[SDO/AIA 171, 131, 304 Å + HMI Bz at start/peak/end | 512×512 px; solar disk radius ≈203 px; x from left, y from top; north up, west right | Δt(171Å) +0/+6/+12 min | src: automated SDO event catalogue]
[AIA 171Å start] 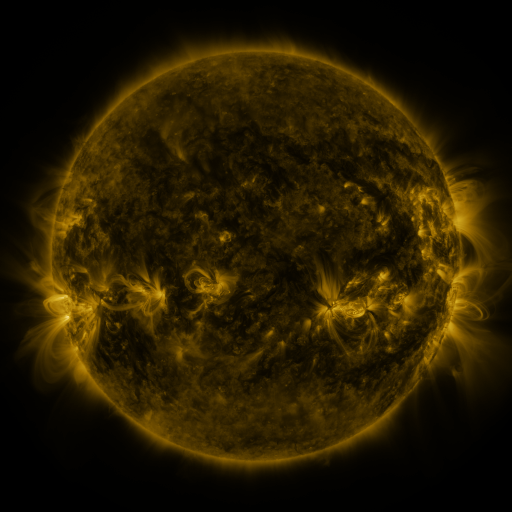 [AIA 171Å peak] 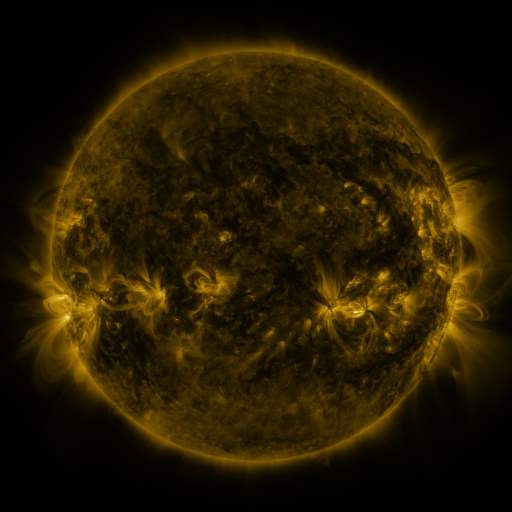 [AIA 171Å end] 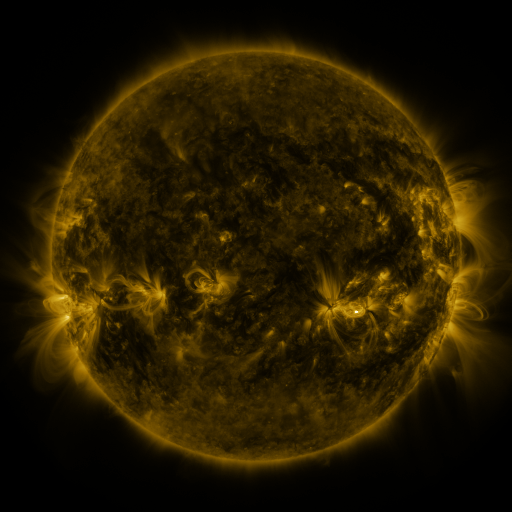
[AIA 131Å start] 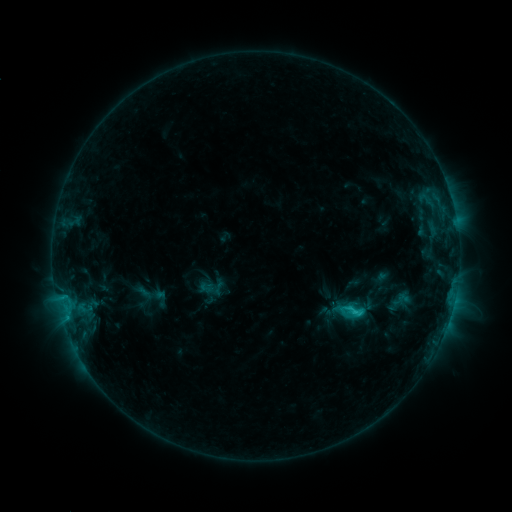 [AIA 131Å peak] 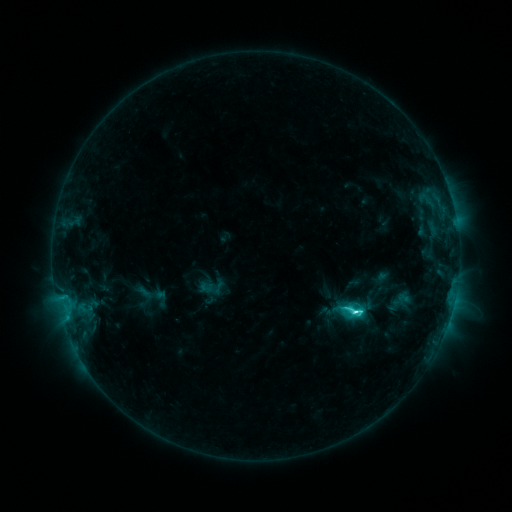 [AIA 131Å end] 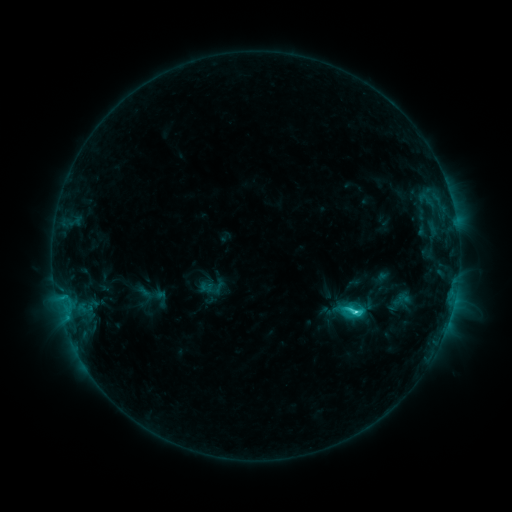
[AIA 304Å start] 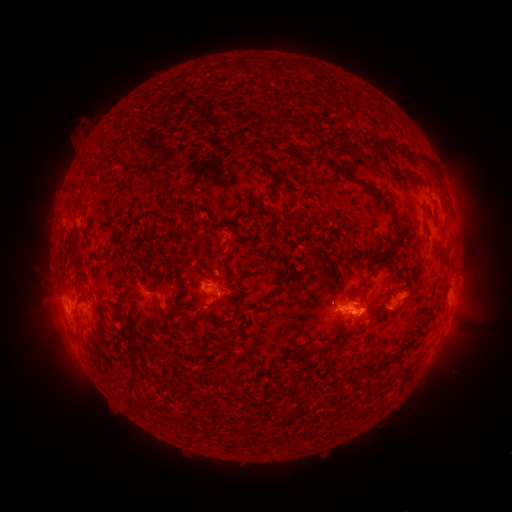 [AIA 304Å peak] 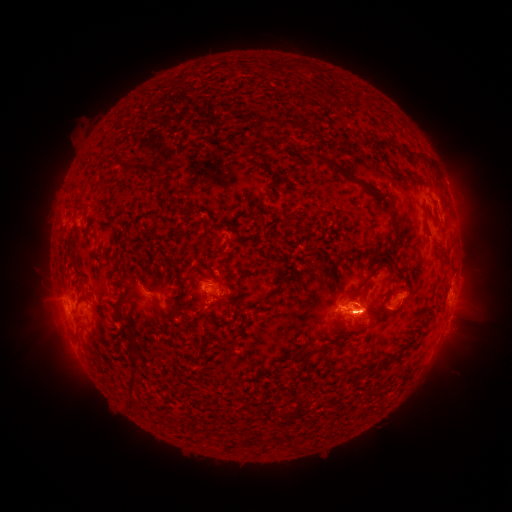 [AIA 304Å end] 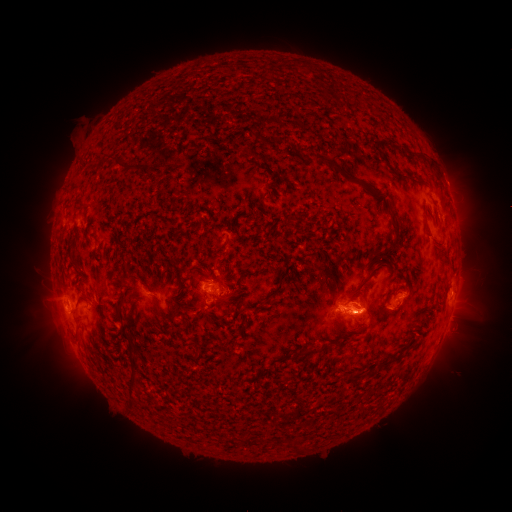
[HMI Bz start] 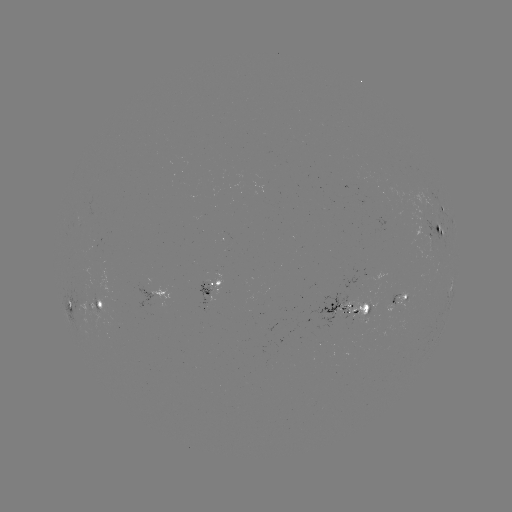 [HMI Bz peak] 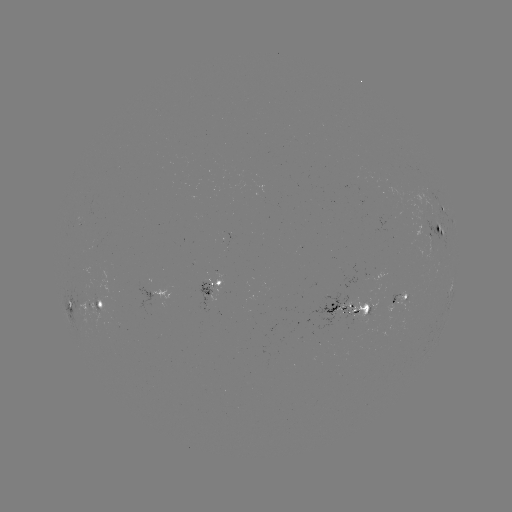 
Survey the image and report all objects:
C5.4 flare: (359, 310)
